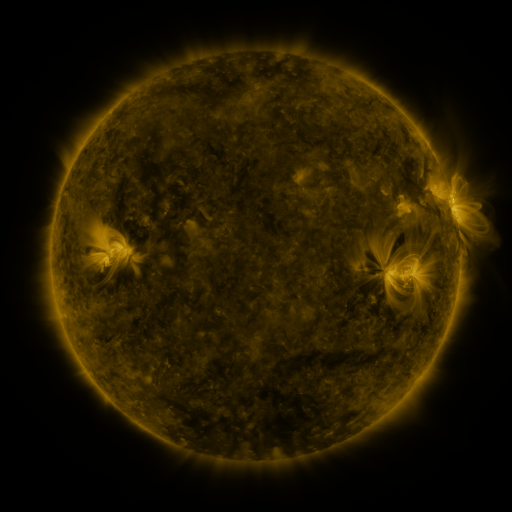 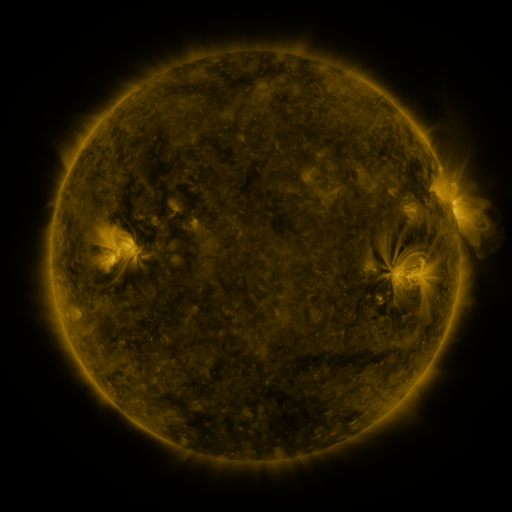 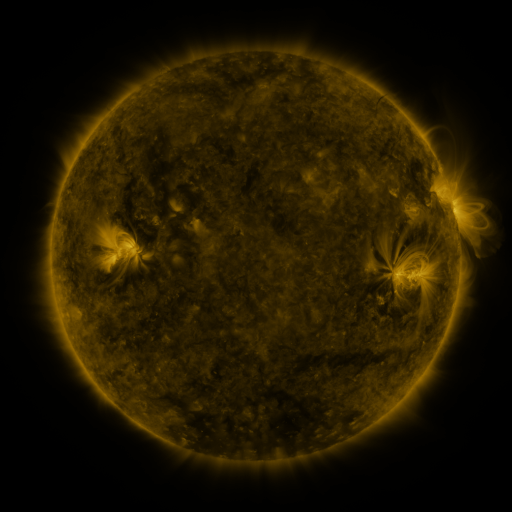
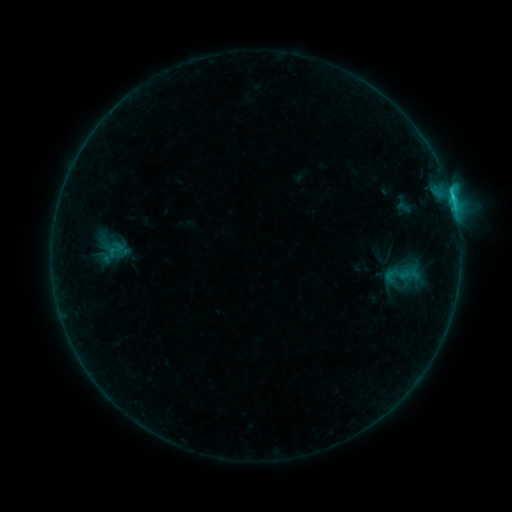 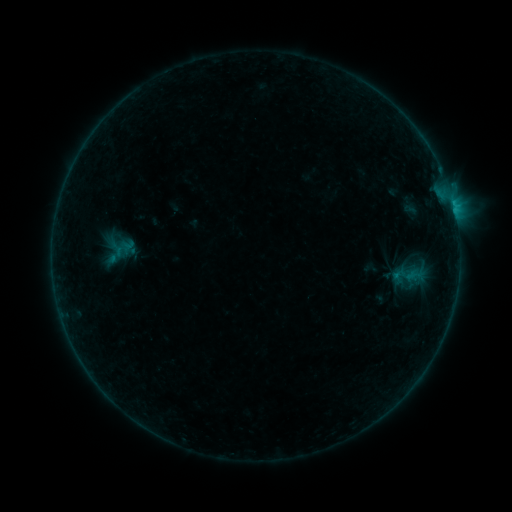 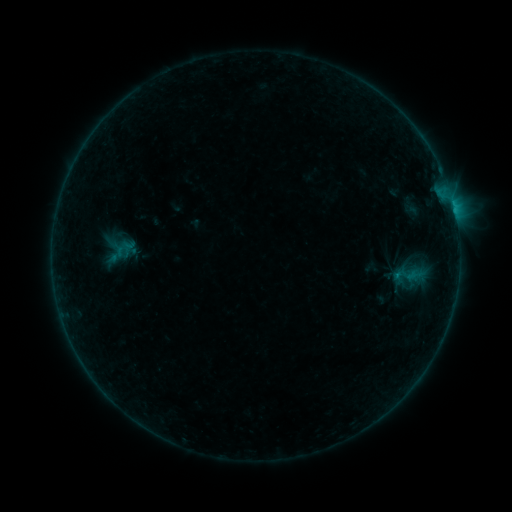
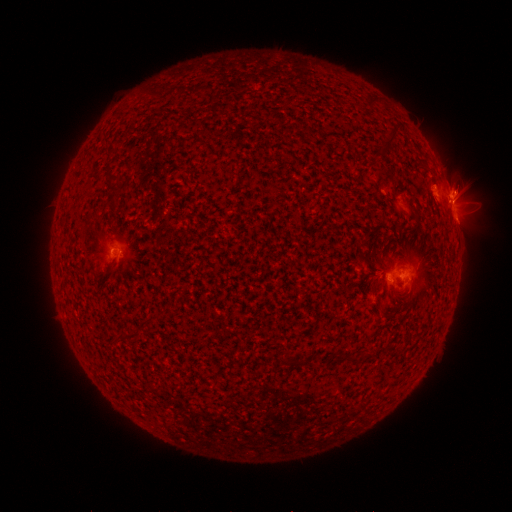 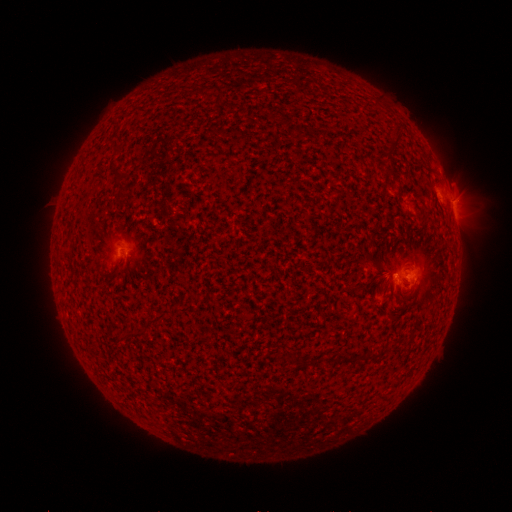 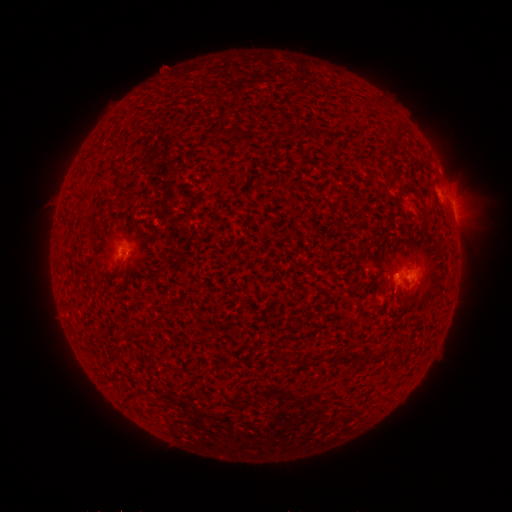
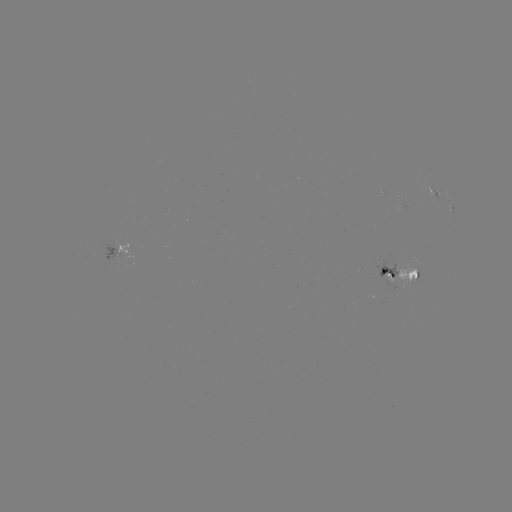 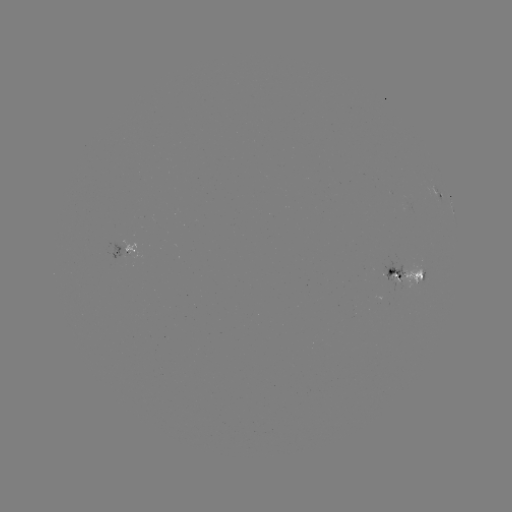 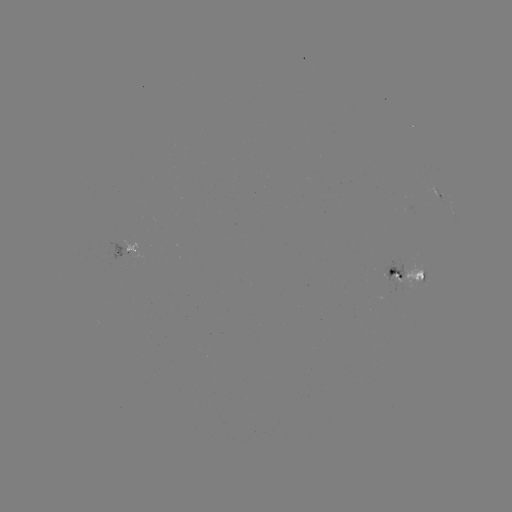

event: emerging-flux region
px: (404, 281)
